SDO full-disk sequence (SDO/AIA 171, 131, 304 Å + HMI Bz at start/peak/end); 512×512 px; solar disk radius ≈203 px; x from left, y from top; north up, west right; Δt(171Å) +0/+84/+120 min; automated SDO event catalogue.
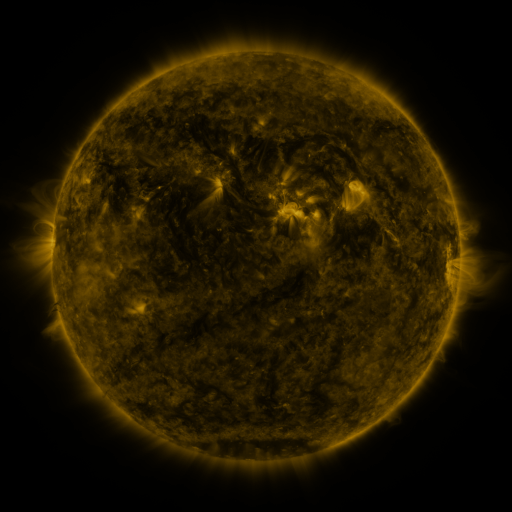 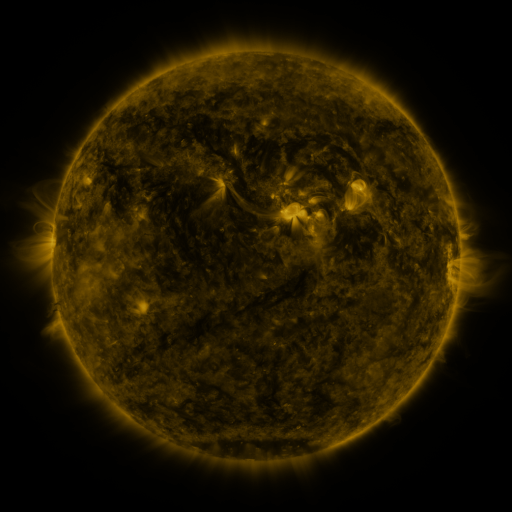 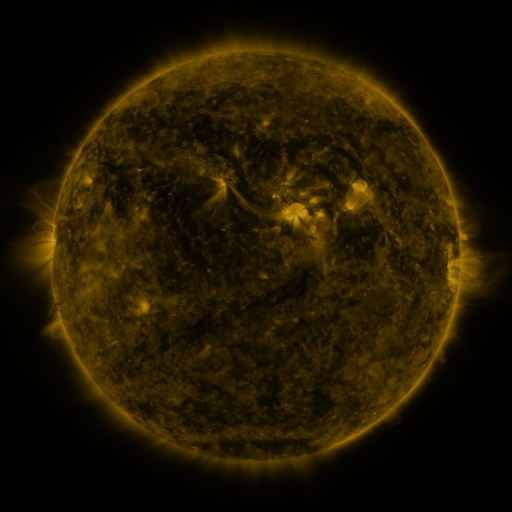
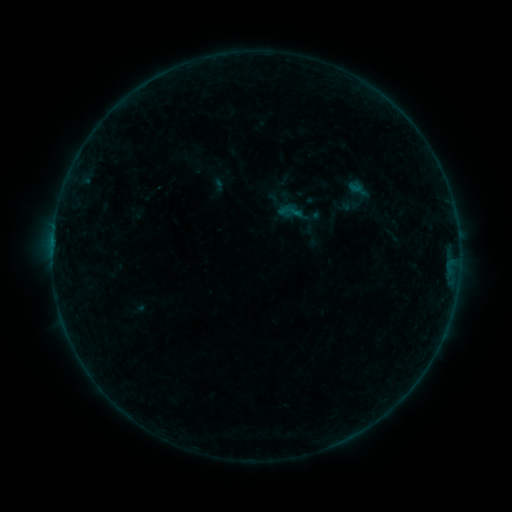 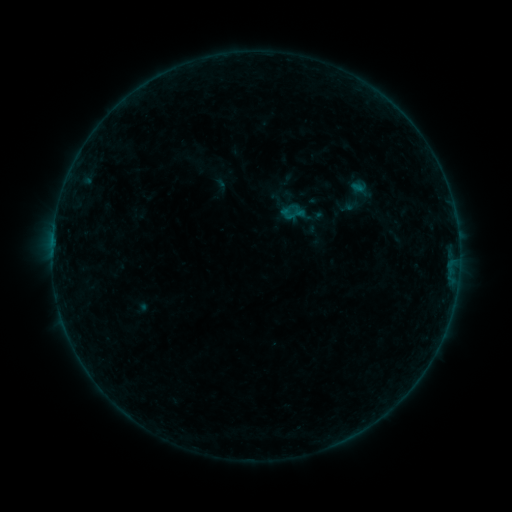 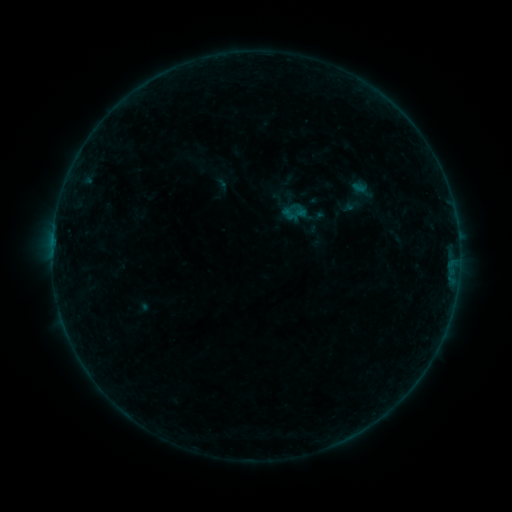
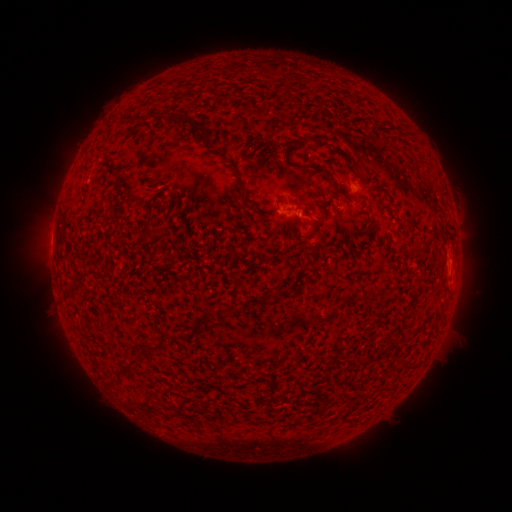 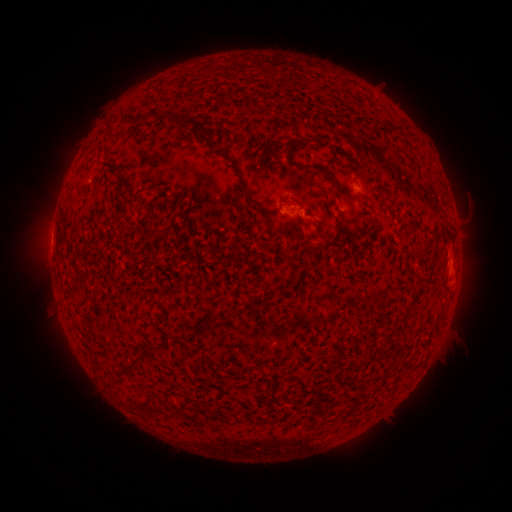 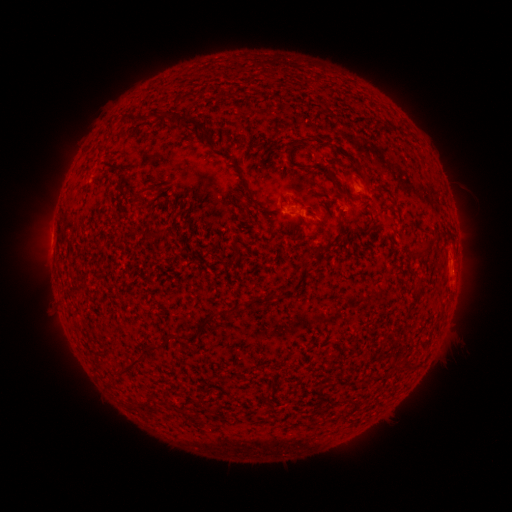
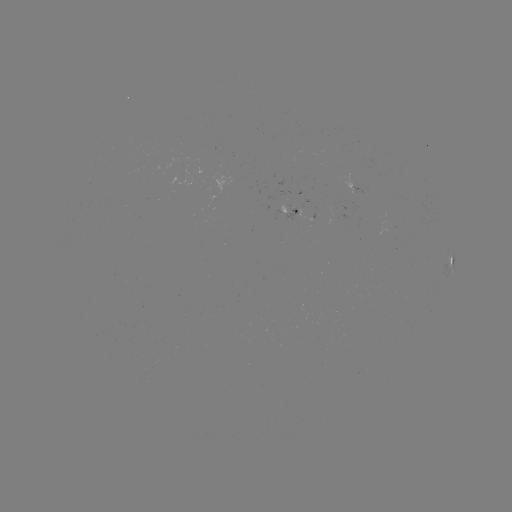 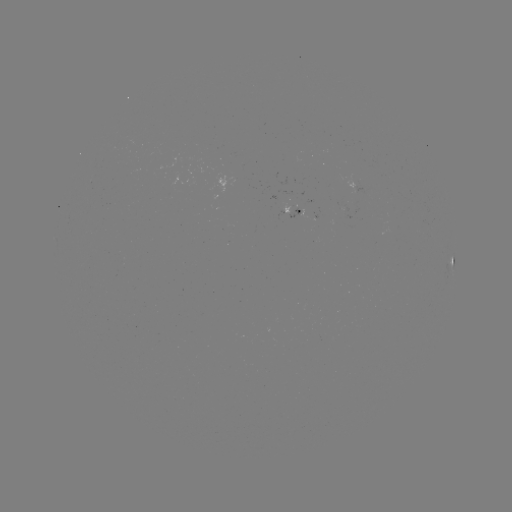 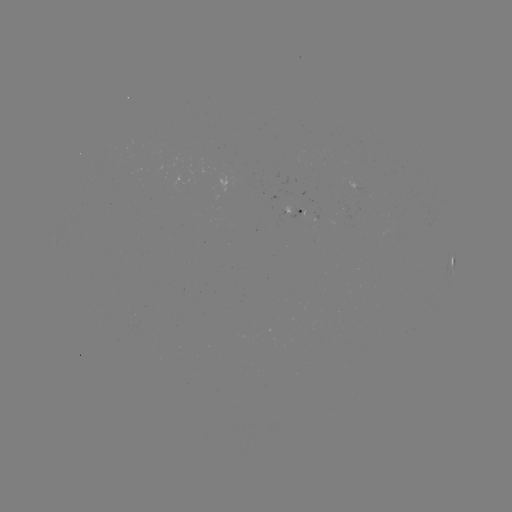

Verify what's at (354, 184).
emerging-flux region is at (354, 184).